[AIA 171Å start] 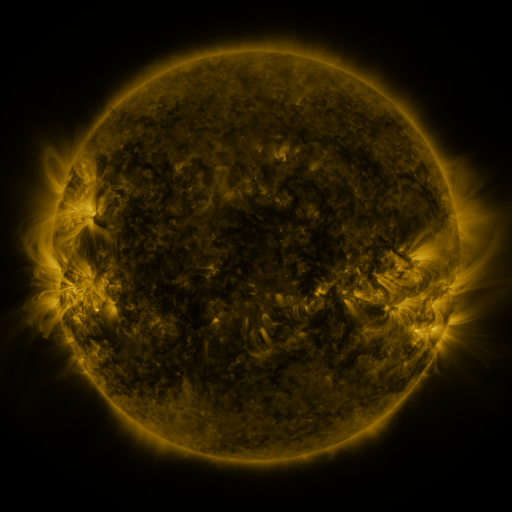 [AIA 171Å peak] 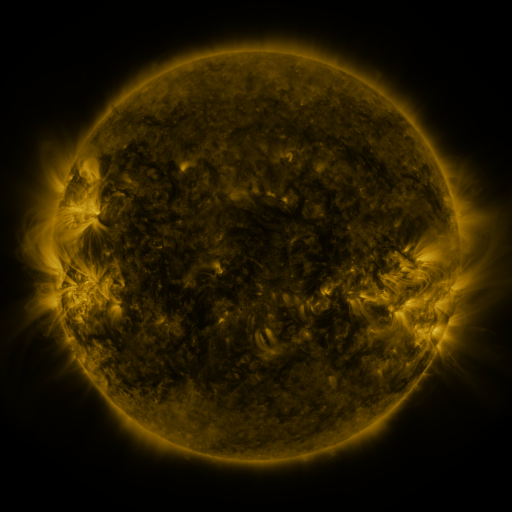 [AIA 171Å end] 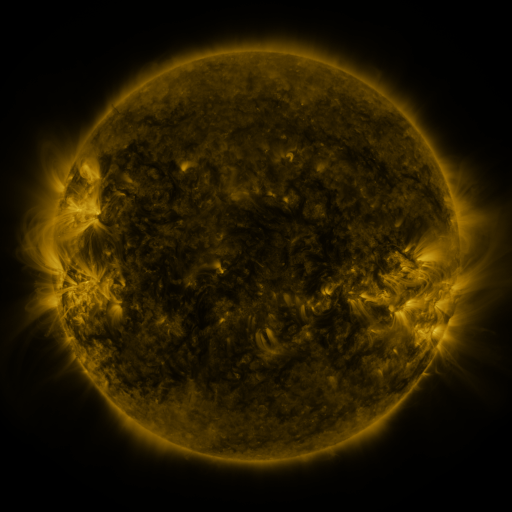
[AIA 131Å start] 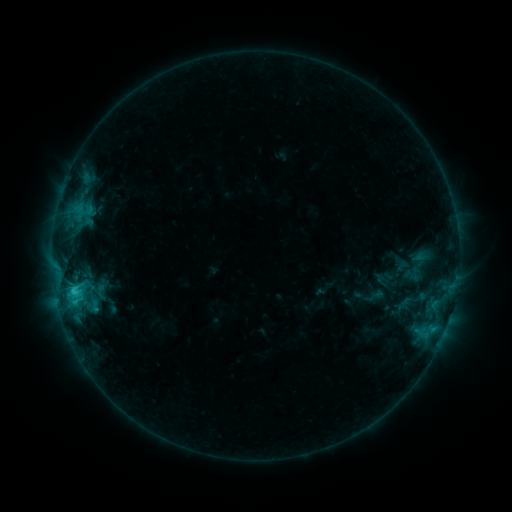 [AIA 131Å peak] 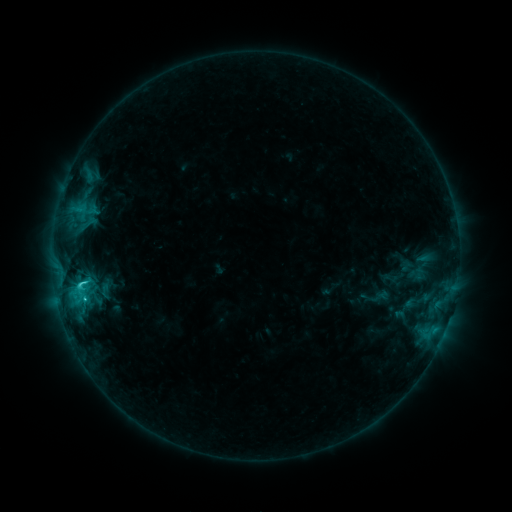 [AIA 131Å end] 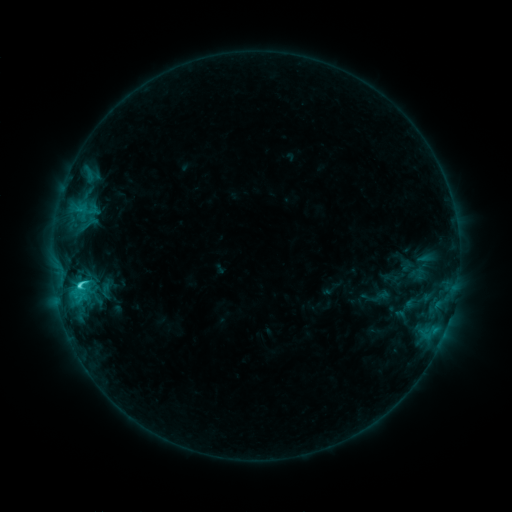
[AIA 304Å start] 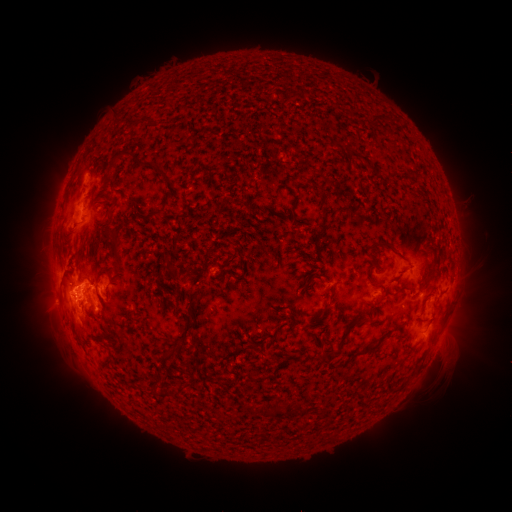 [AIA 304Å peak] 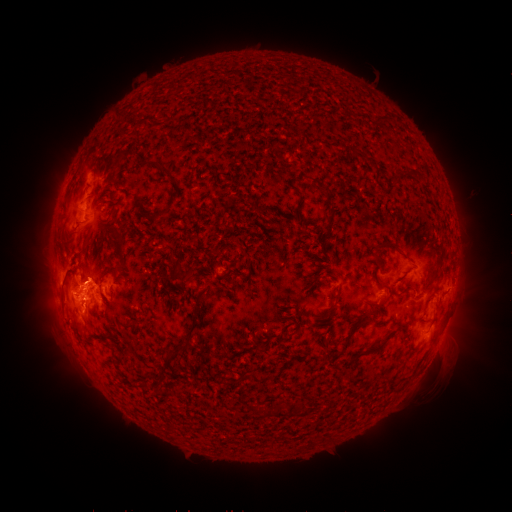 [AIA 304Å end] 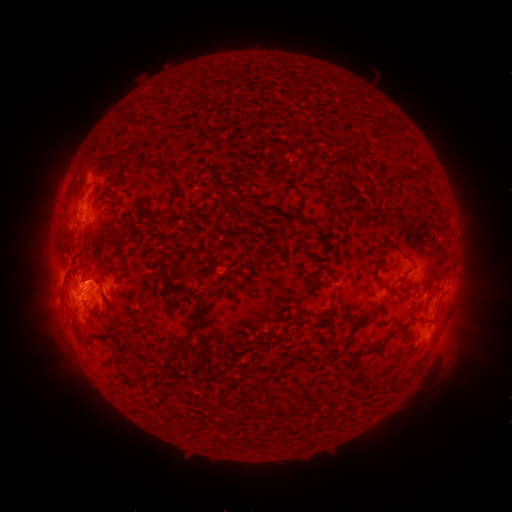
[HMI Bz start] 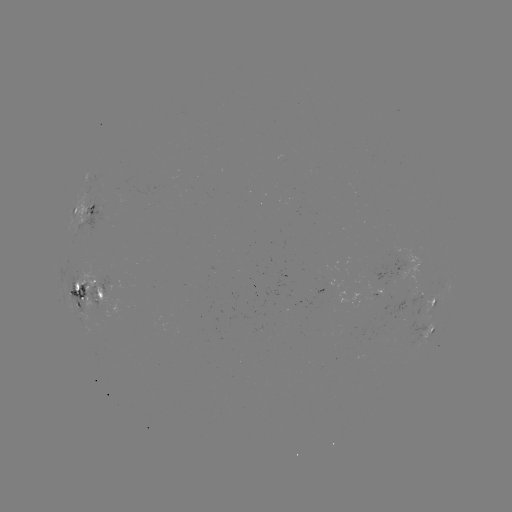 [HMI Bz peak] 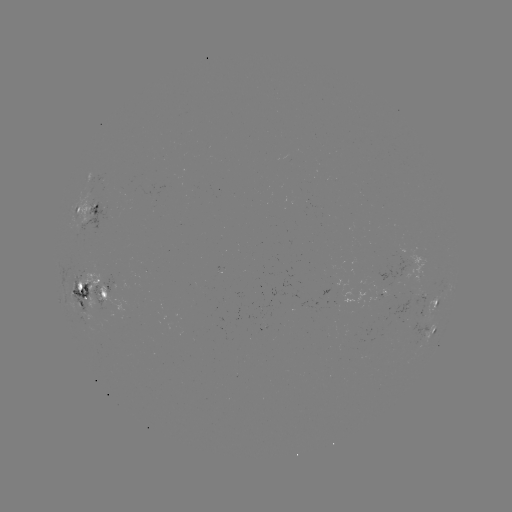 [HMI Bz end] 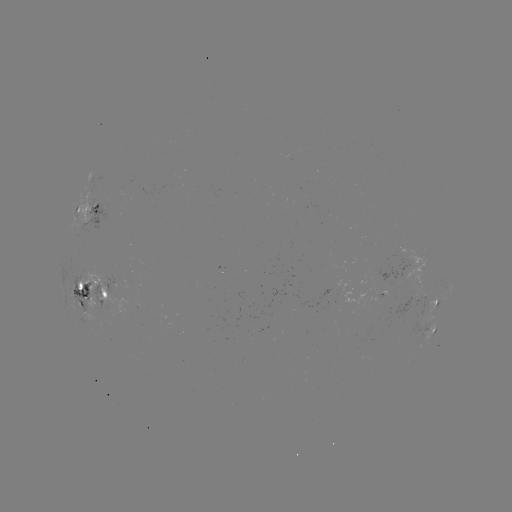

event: emerging-flux region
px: (88, 297)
